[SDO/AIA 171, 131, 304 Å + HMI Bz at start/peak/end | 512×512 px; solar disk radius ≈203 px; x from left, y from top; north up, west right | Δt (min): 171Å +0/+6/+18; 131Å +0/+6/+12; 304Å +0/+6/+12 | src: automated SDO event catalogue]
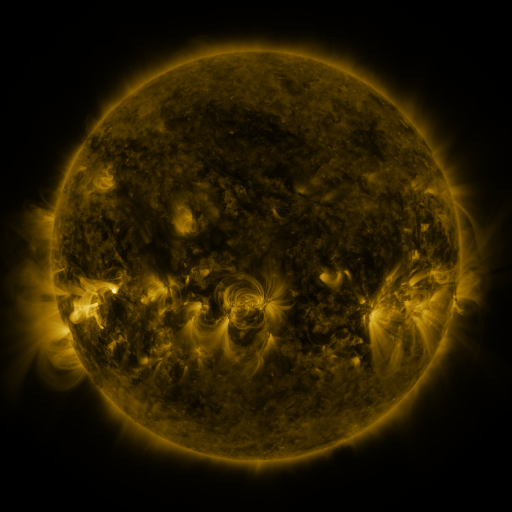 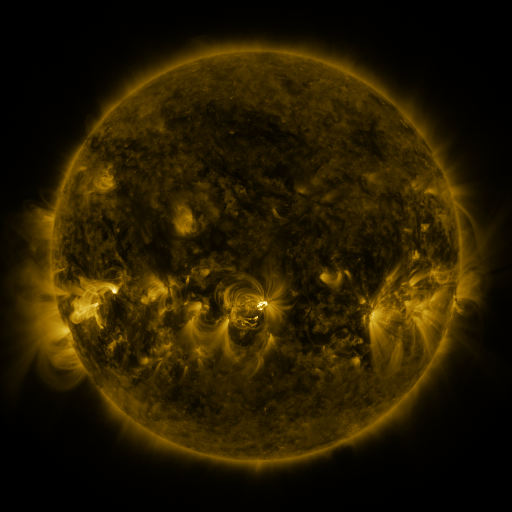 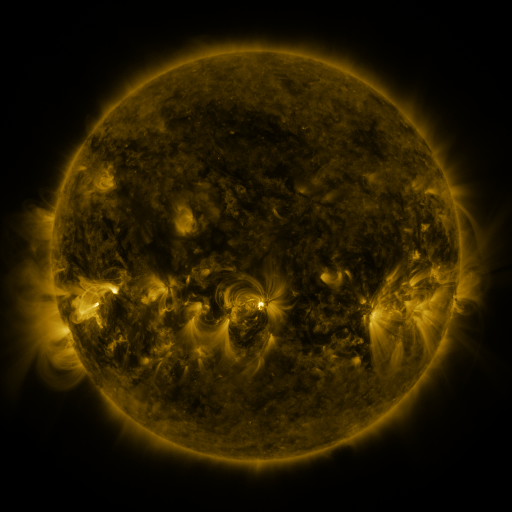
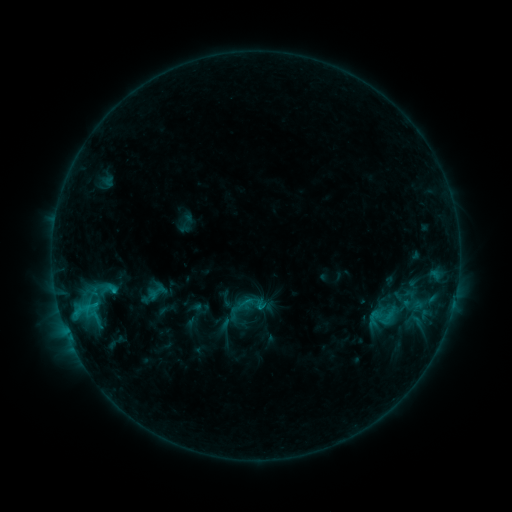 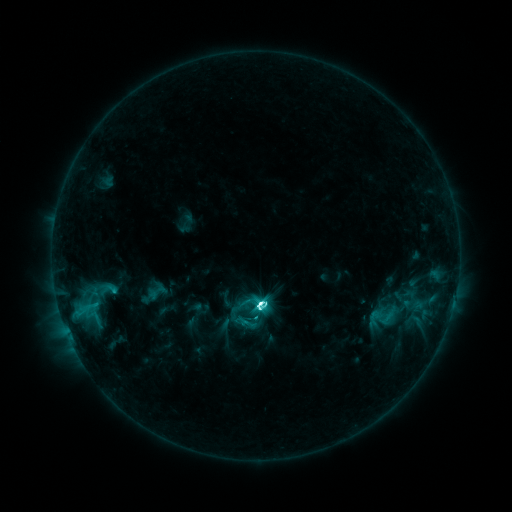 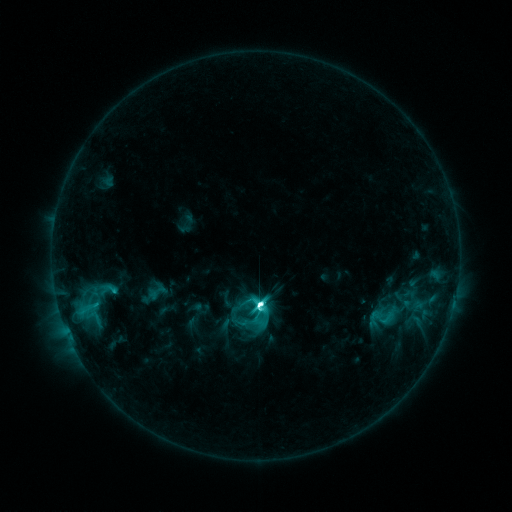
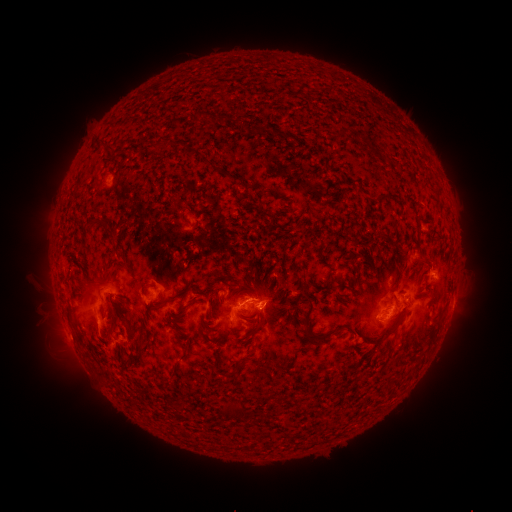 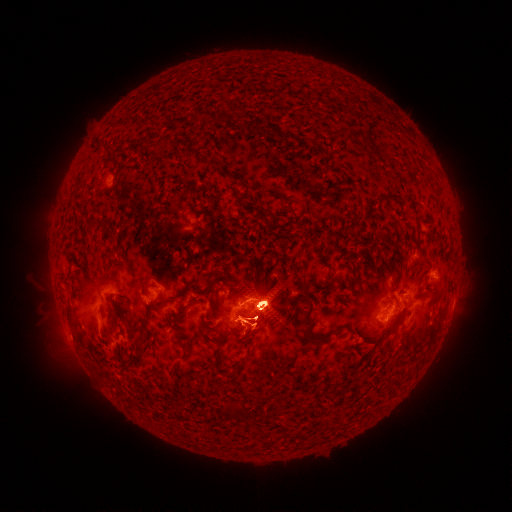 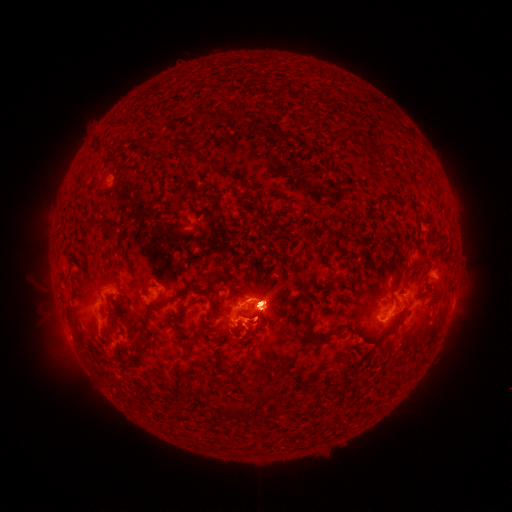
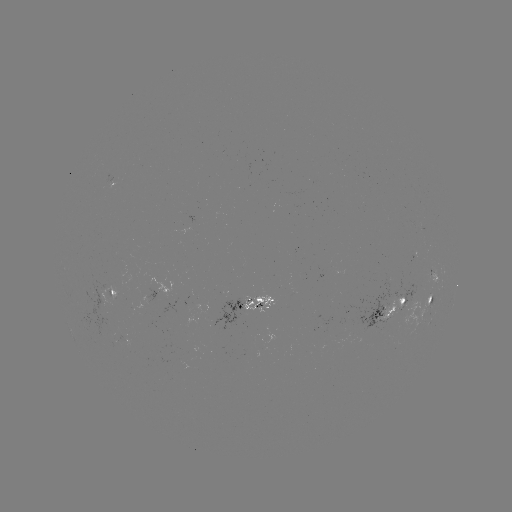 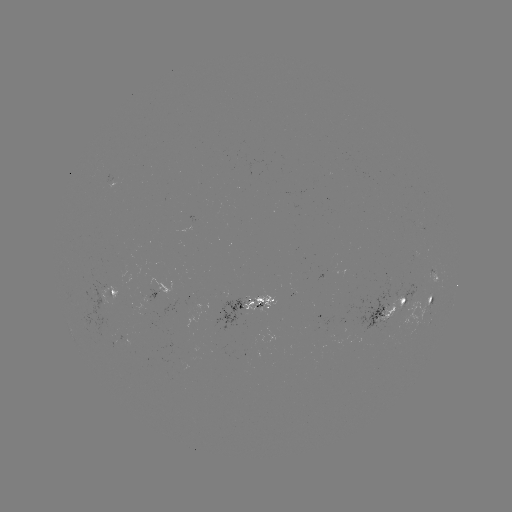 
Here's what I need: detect eruption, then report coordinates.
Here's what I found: eruption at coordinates (266, 303).